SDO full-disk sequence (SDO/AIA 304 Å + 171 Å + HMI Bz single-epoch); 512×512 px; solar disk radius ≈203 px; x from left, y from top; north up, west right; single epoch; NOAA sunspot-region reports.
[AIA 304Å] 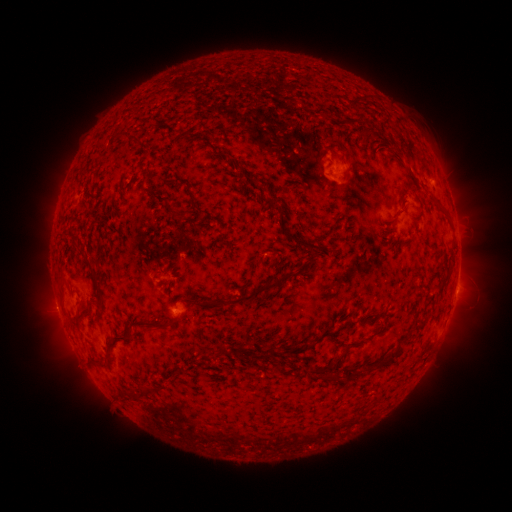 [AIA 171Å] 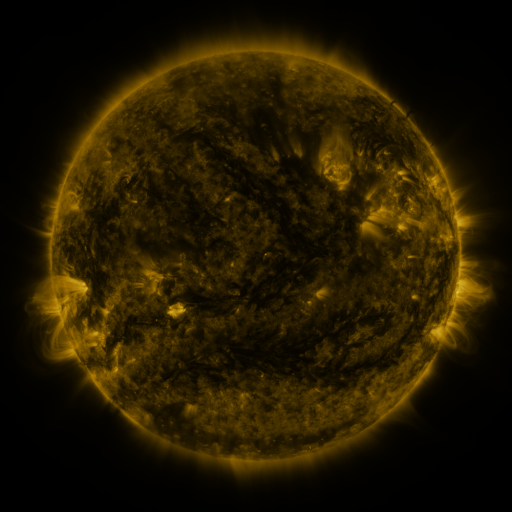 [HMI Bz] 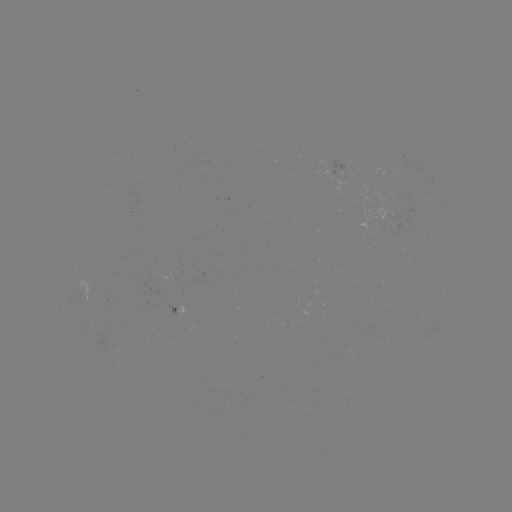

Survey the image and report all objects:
spotted active region: (341, 167)
spotted active region: (457, 284)
